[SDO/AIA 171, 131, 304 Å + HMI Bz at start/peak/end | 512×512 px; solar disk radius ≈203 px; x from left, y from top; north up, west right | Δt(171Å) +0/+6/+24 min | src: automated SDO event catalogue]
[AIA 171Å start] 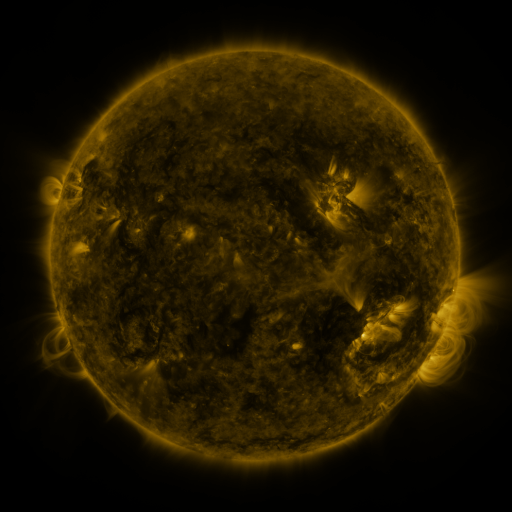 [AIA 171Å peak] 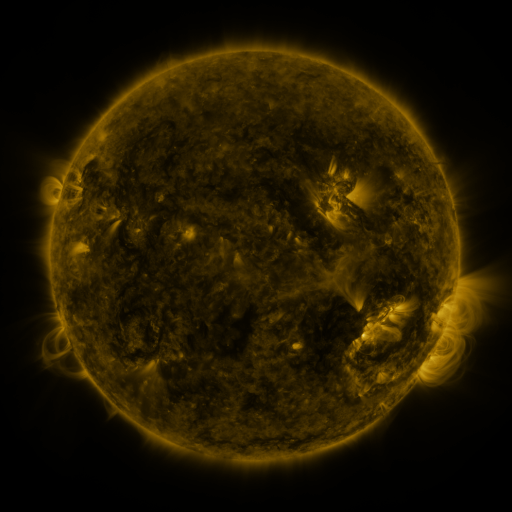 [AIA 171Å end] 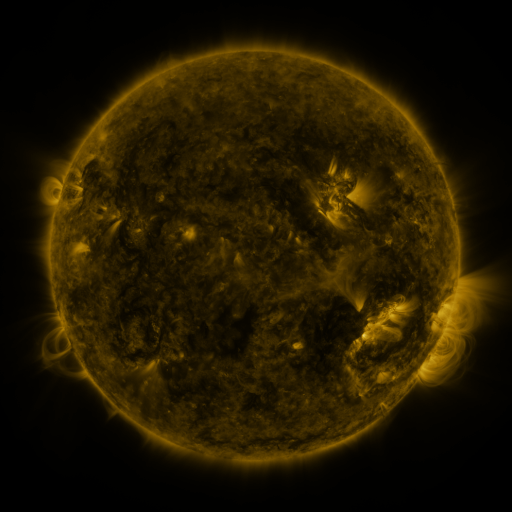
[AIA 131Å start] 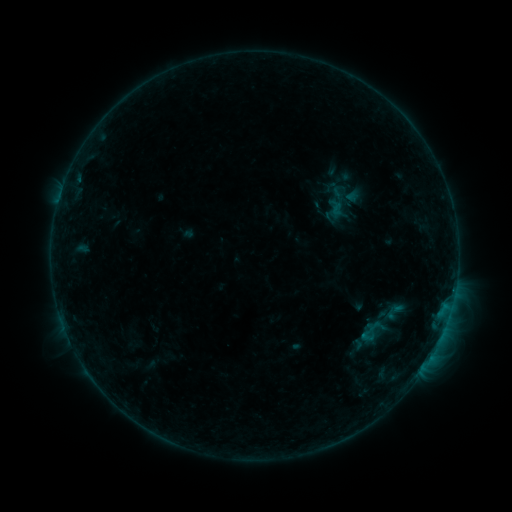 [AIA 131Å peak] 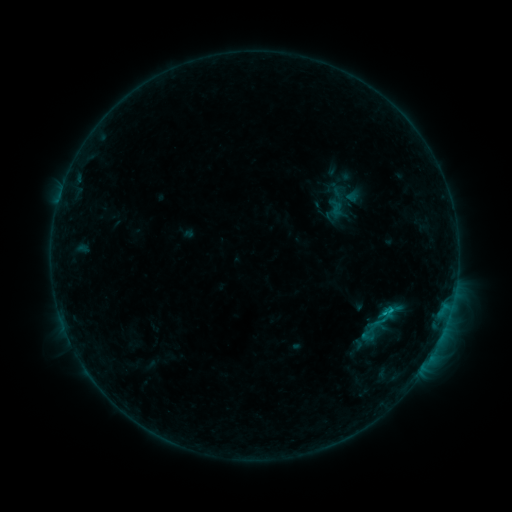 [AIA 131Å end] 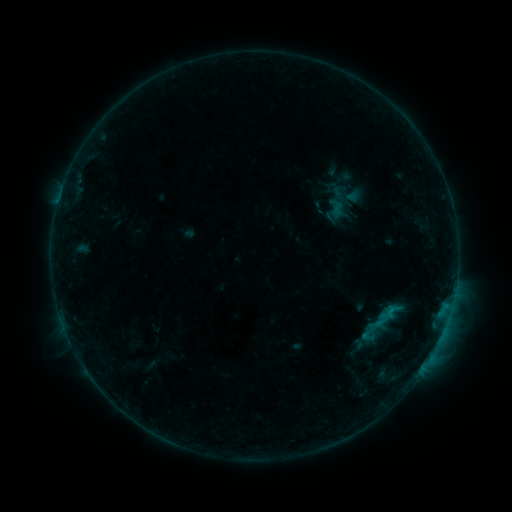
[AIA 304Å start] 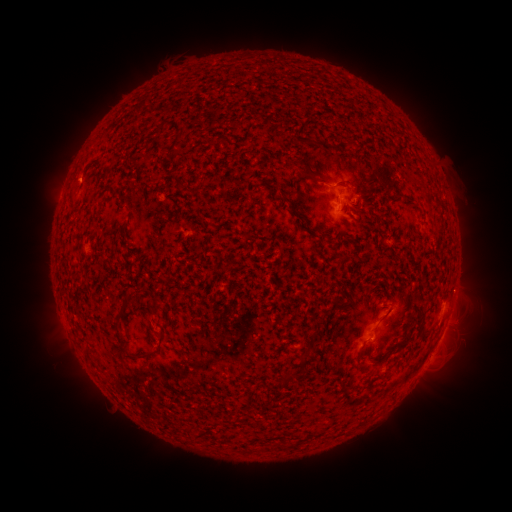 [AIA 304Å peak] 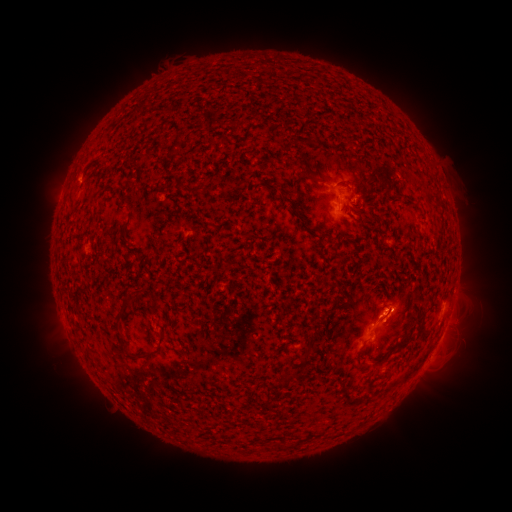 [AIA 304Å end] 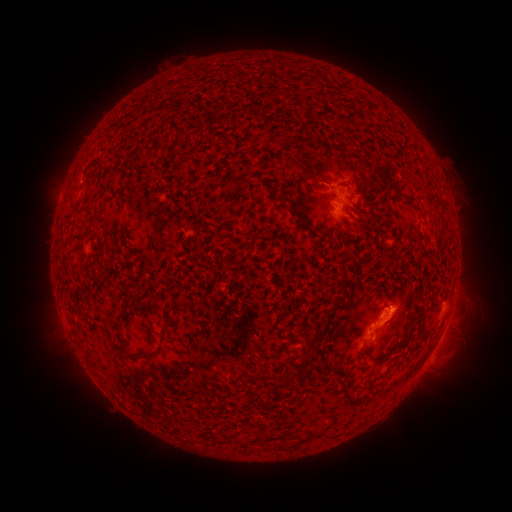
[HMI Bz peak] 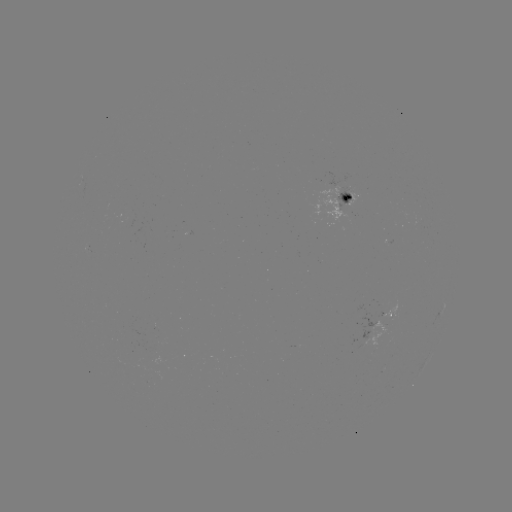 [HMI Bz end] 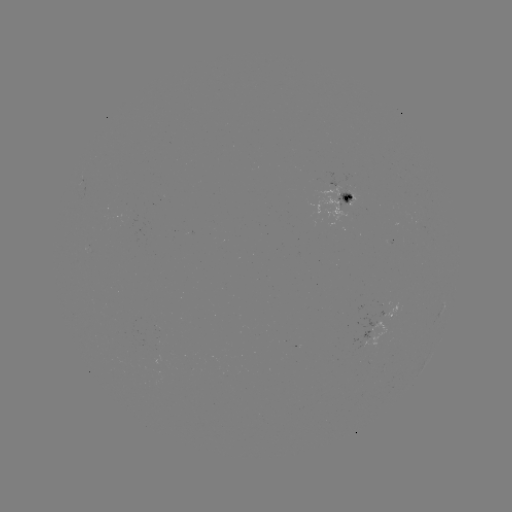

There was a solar flare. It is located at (384, 312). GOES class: B6.8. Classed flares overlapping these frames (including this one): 1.